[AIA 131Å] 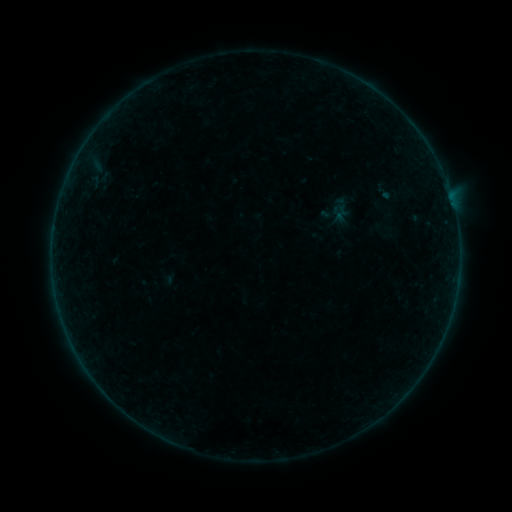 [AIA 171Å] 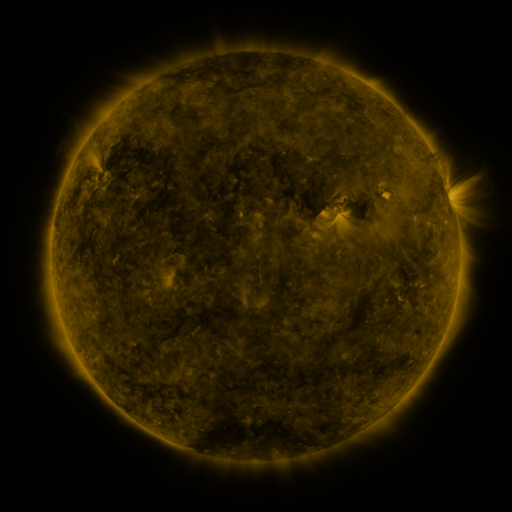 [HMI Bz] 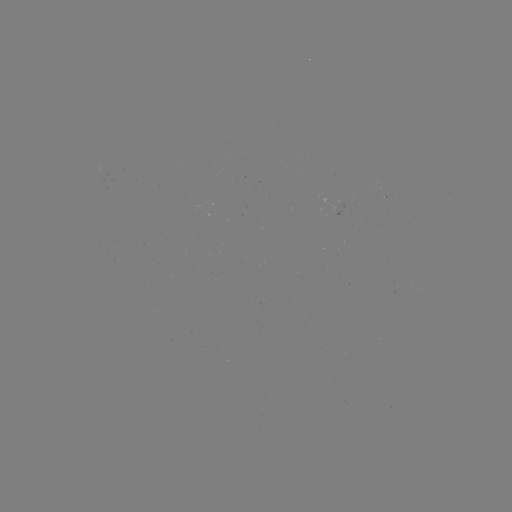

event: sigmoid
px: (340, 210)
